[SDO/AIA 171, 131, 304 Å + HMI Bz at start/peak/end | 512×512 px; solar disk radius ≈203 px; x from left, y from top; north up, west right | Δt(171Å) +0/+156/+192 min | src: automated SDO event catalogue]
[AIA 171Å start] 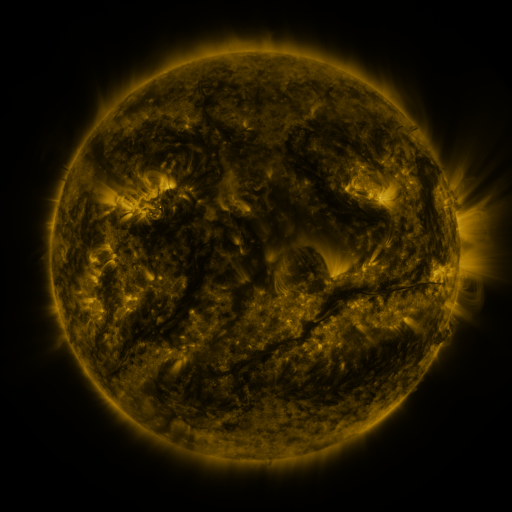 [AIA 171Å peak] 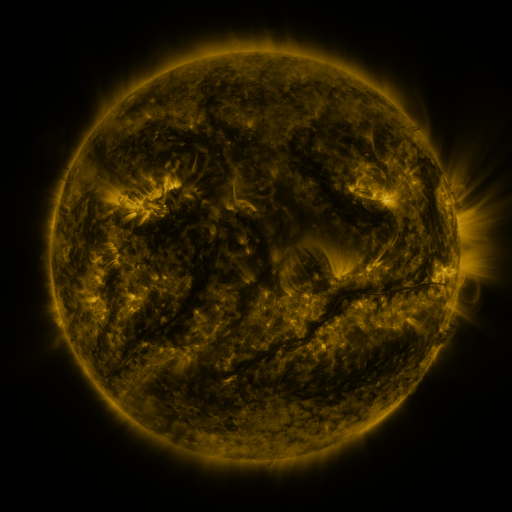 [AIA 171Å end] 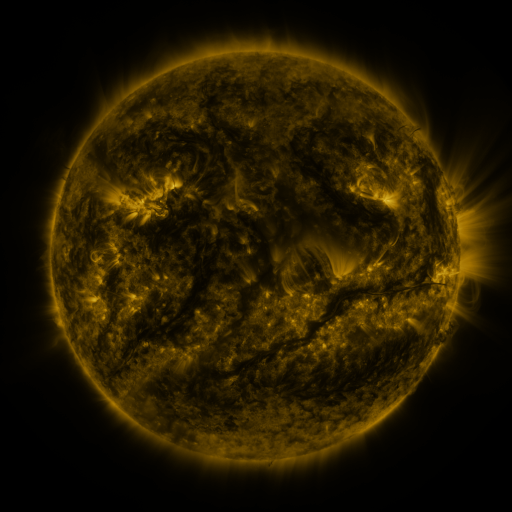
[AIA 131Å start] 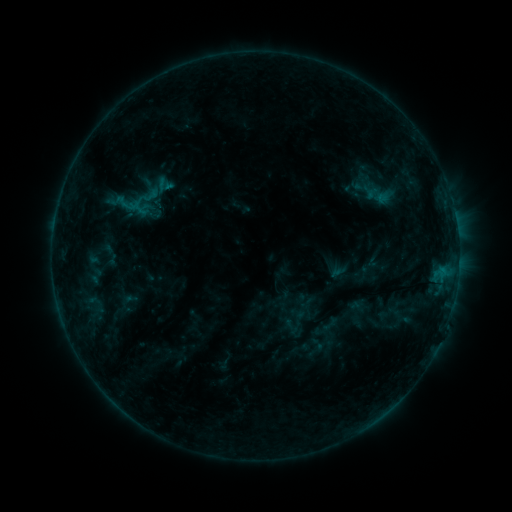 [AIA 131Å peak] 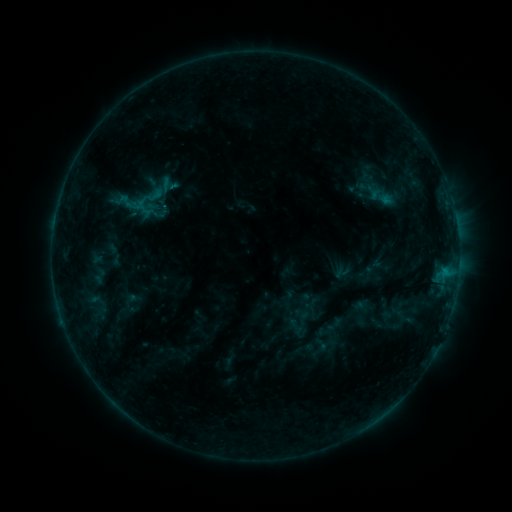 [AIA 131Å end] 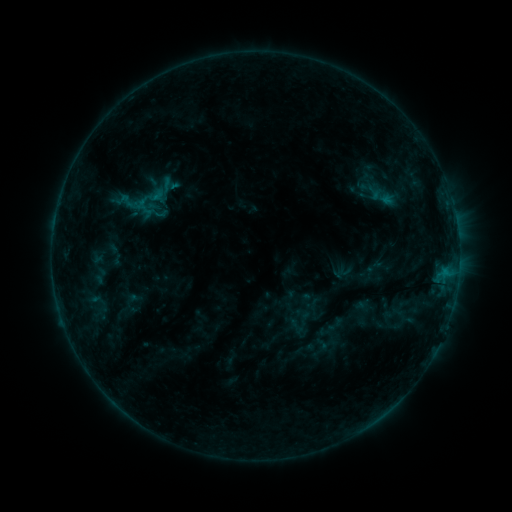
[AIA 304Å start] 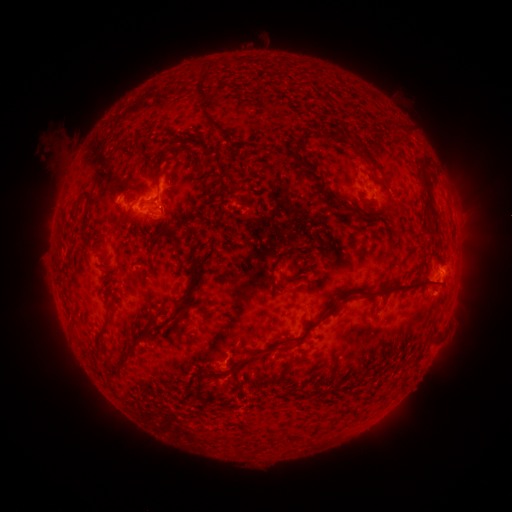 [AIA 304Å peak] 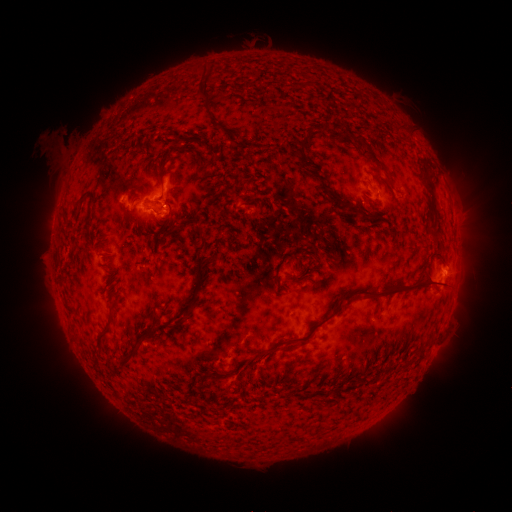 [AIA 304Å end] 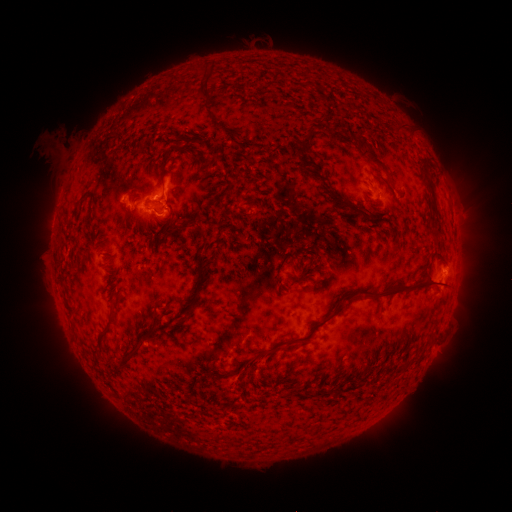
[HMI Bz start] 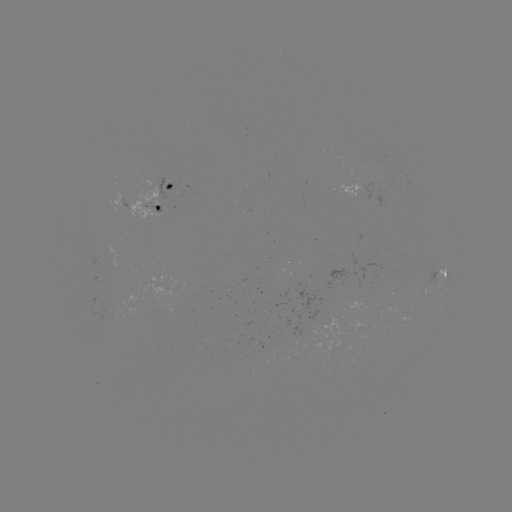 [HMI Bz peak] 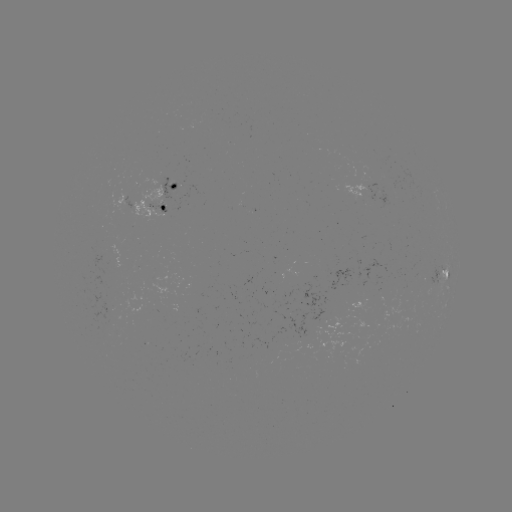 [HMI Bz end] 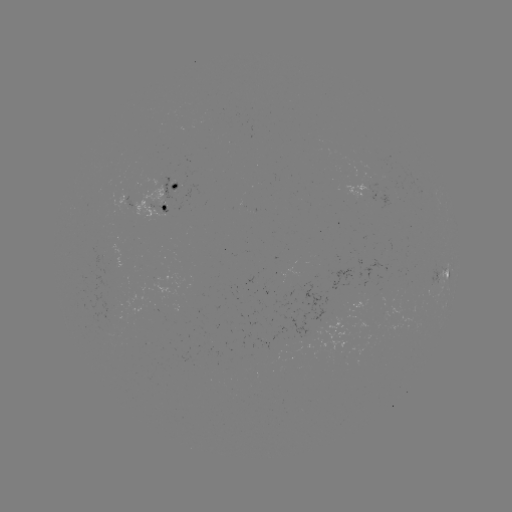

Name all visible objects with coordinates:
emerging-flux region: (160, 210)
